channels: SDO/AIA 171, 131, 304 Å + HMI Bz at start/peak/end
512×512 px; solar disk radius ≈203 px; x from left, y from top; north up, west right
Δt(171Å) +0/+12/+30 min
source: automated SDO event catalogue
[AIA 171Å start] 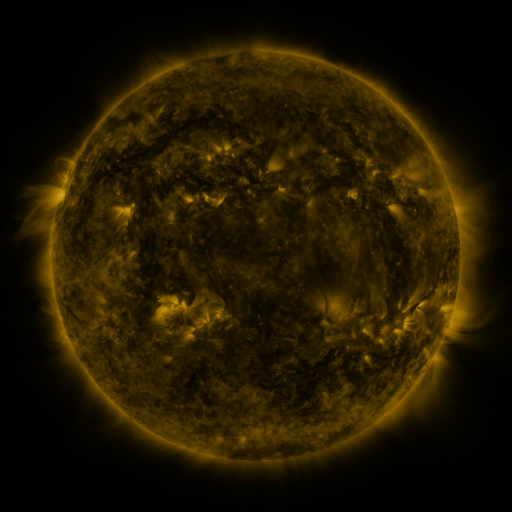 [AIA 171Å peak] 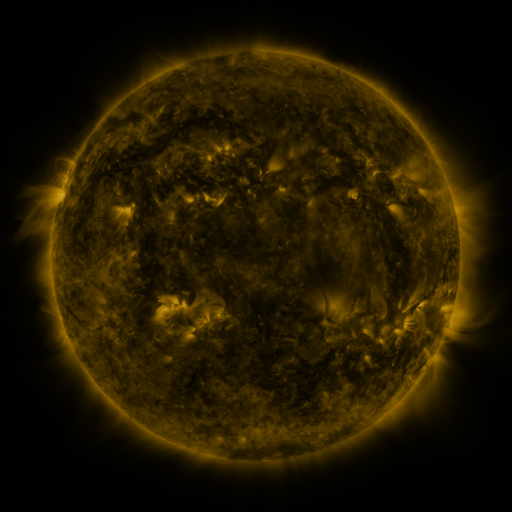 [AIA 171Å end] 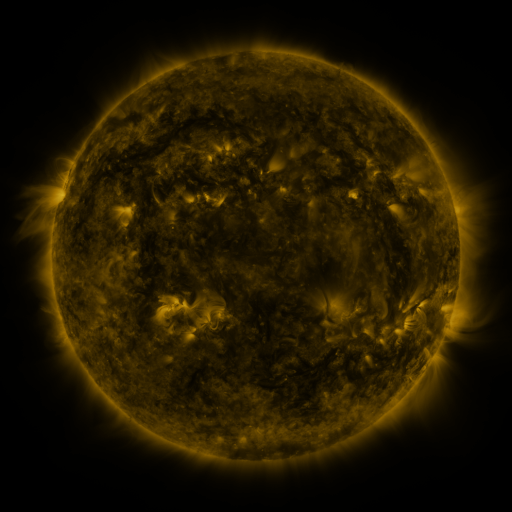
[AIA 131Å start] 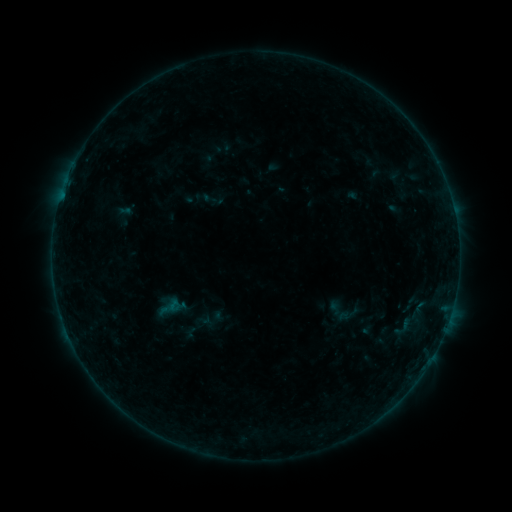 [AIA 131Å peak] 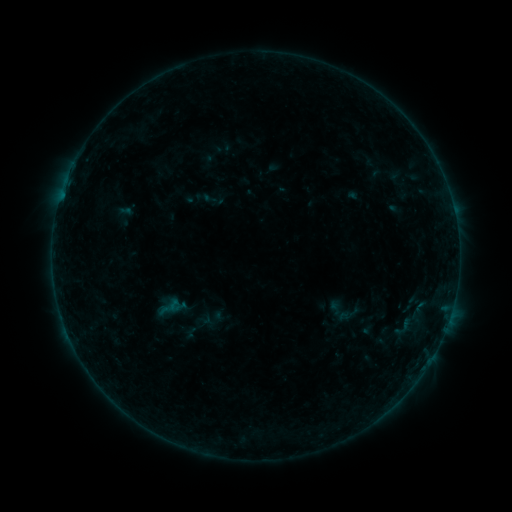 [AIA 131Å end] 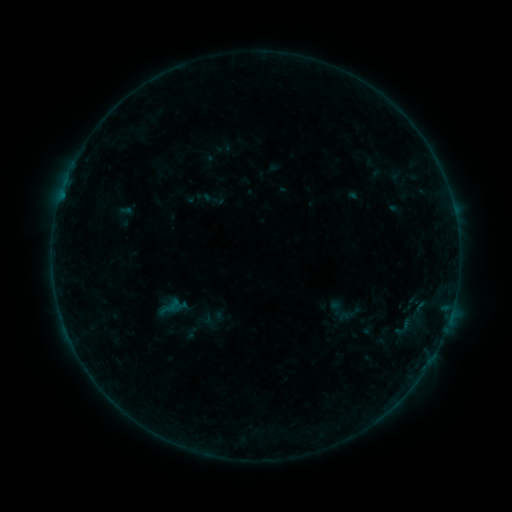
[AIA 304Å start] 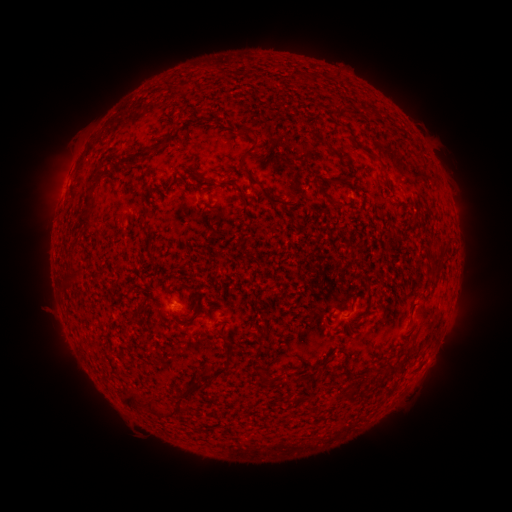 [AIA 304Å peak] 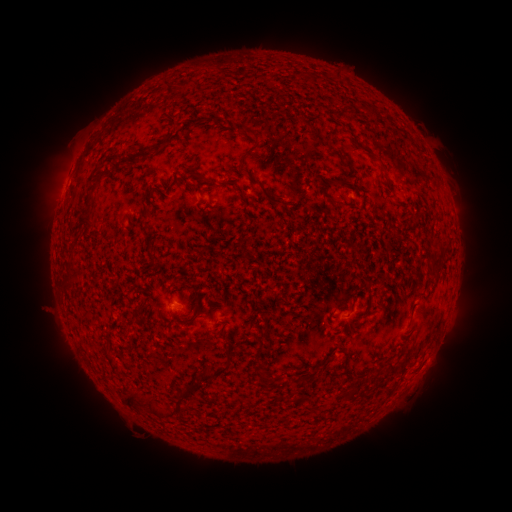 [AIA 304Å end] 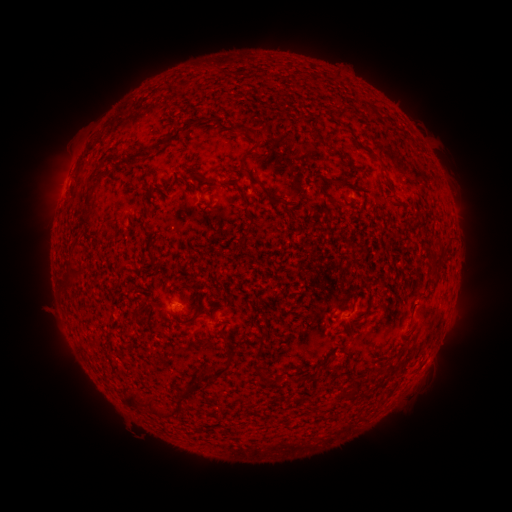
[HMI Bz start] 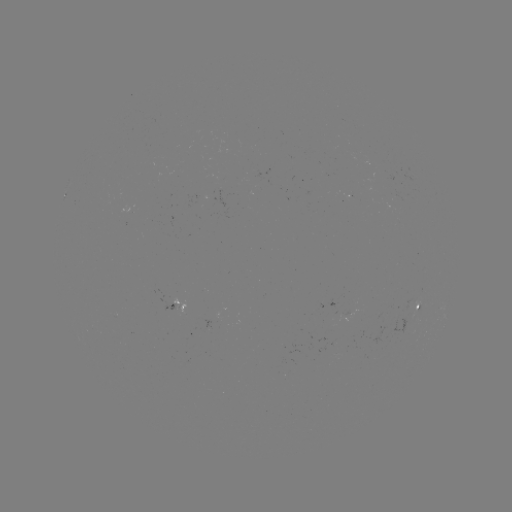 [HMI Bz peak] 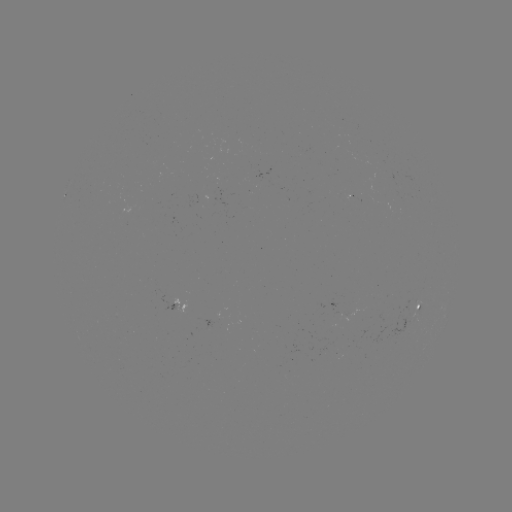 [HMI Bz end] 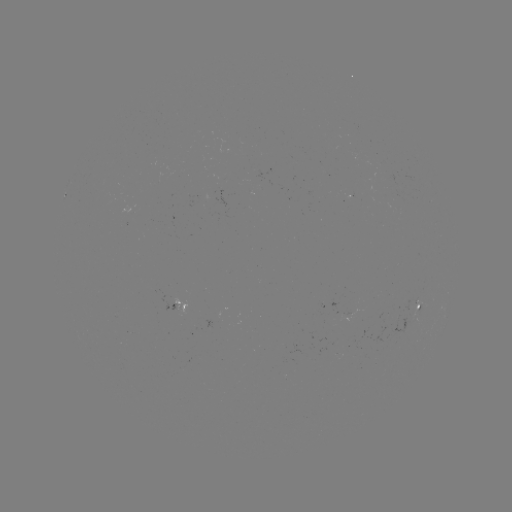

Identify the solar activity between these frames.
no catalogued flare and no flagged EUV brightening in this window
